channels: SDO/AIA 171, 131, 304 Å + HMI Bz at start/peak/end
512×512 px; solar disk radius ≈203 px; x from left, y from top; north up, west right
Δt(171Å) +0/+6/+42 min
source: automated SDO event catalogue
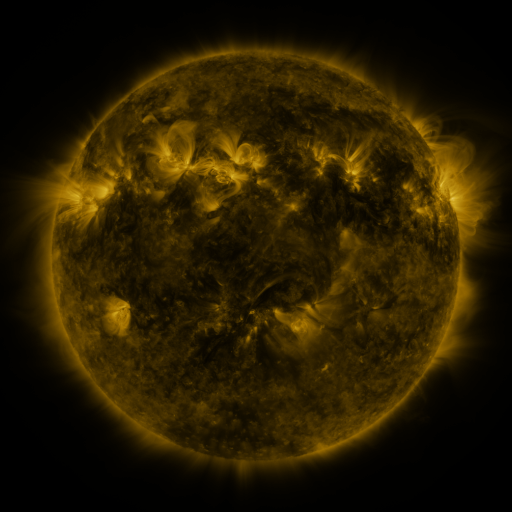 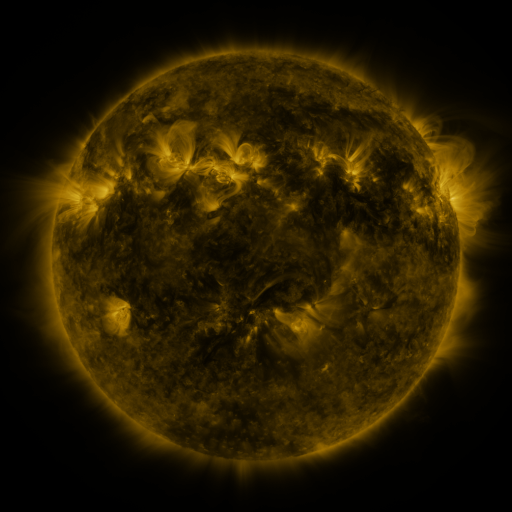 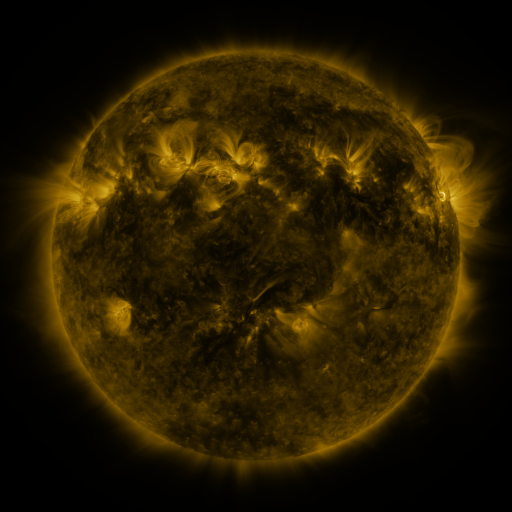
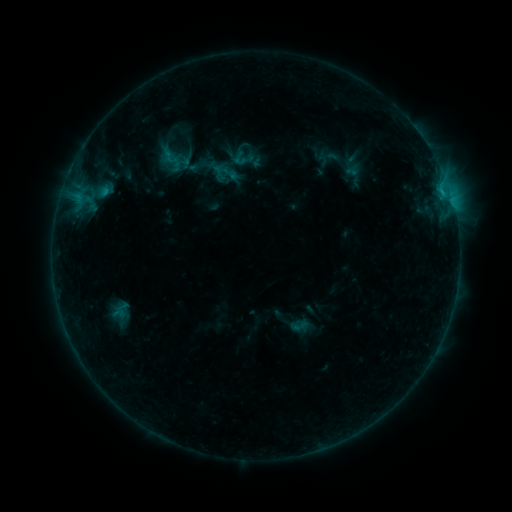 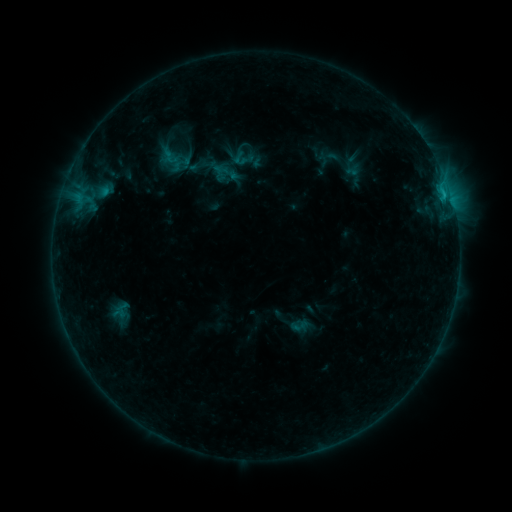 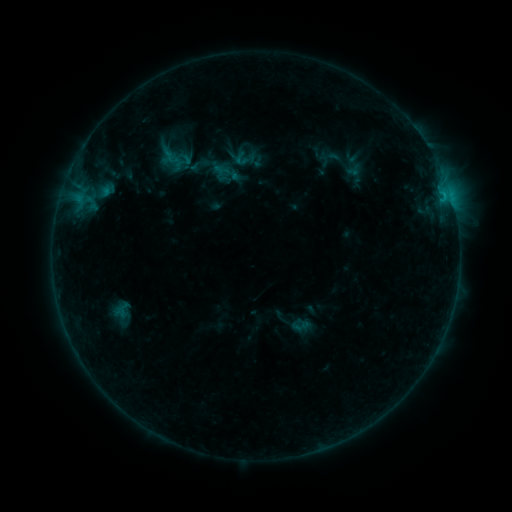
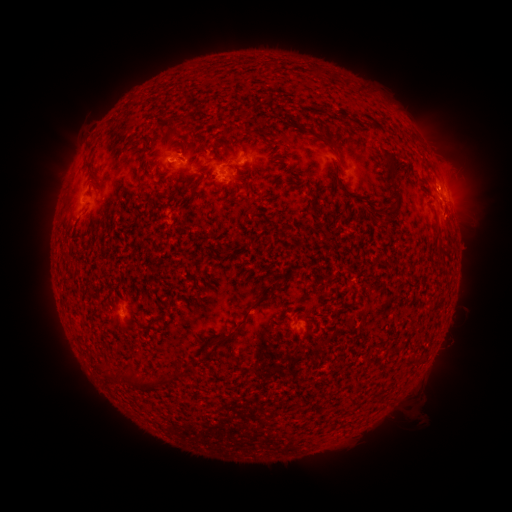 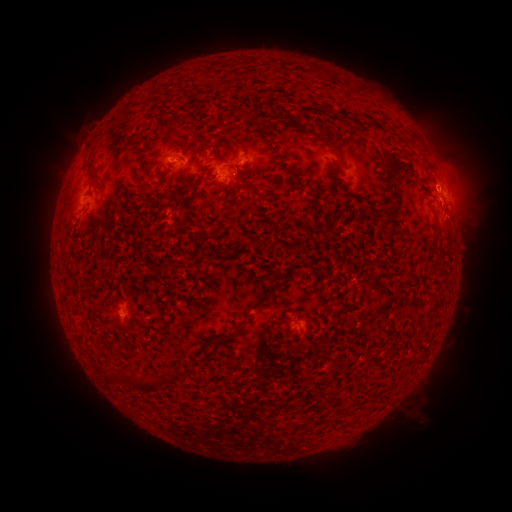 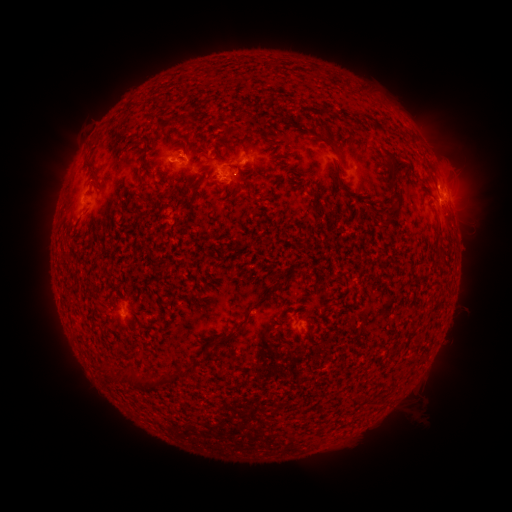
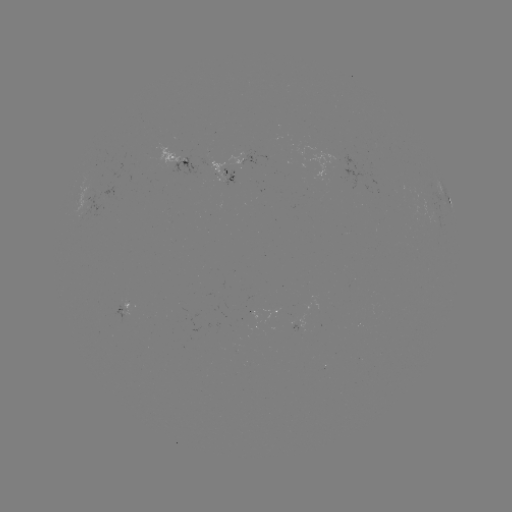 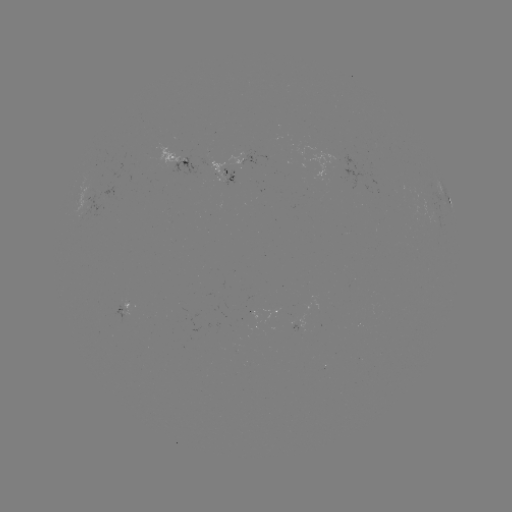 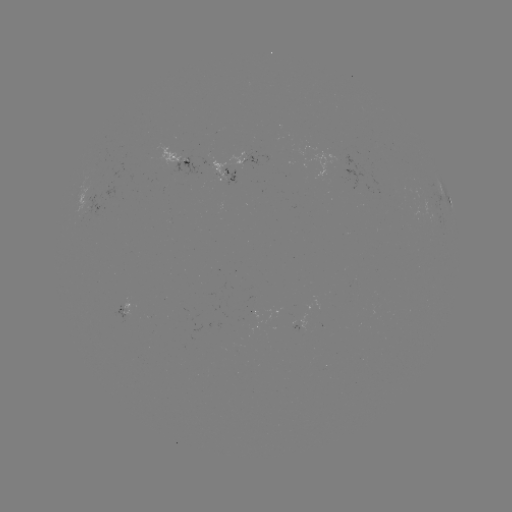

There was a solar emerging-flux region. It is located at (228, 178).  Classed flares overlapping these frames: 2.